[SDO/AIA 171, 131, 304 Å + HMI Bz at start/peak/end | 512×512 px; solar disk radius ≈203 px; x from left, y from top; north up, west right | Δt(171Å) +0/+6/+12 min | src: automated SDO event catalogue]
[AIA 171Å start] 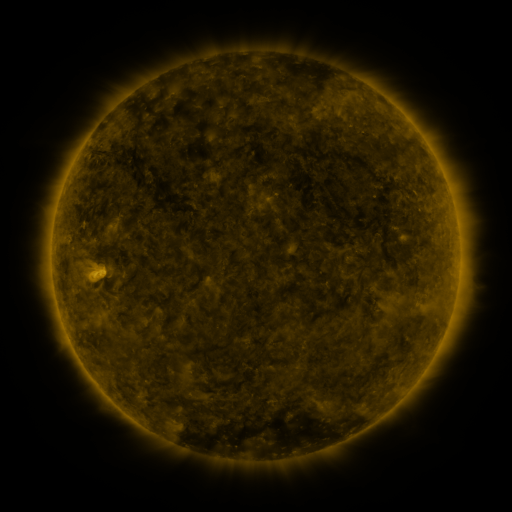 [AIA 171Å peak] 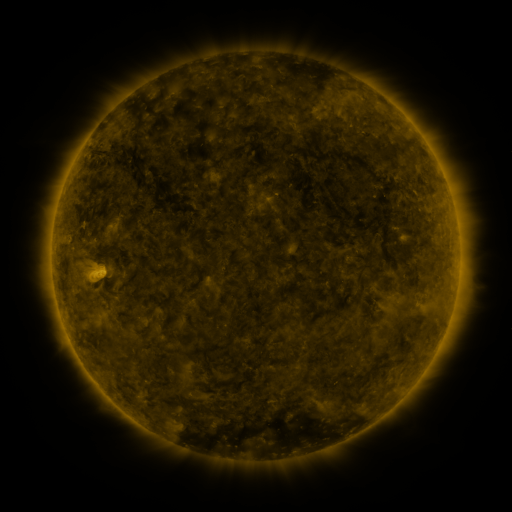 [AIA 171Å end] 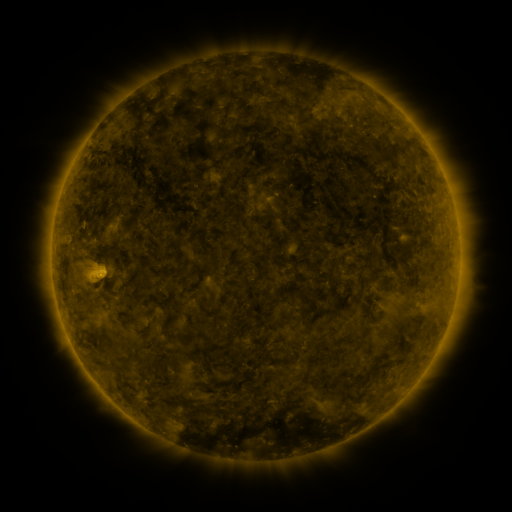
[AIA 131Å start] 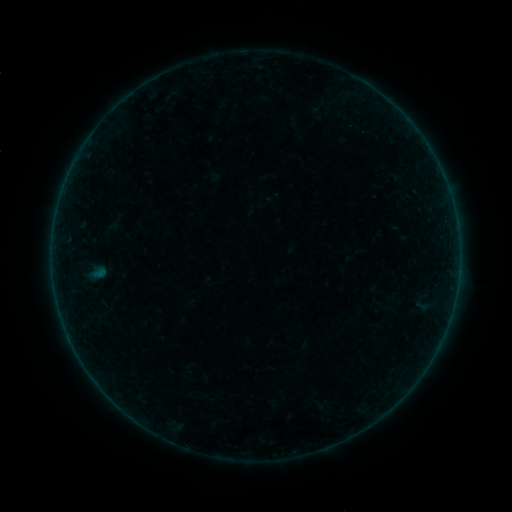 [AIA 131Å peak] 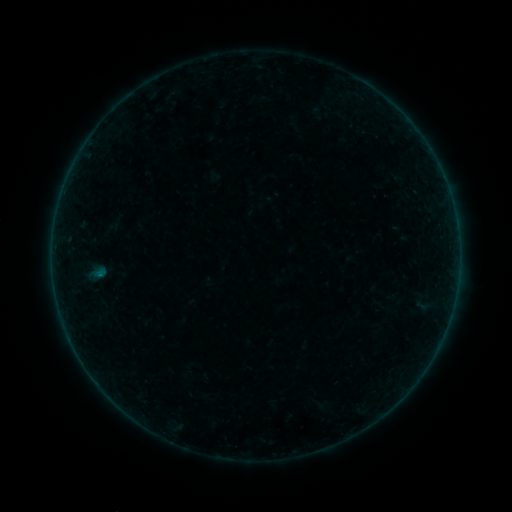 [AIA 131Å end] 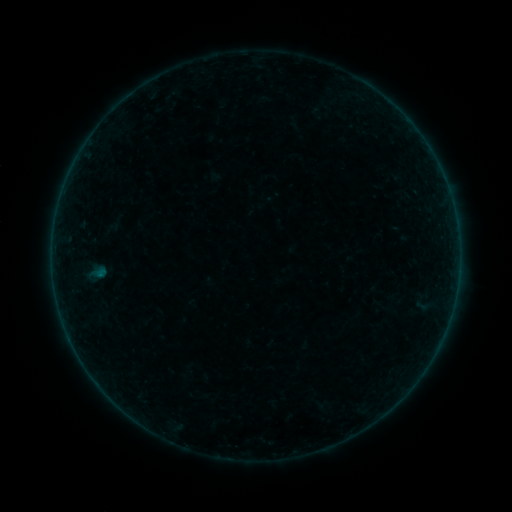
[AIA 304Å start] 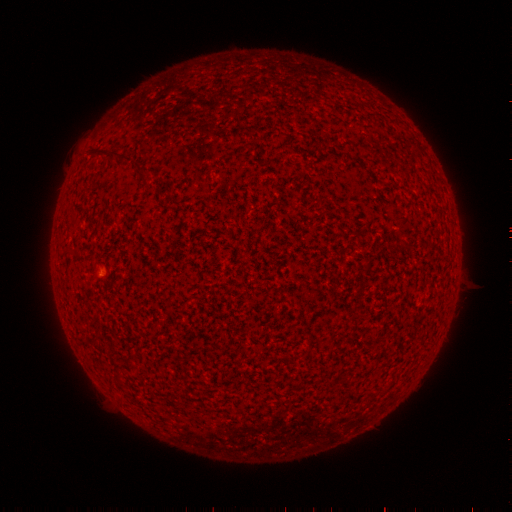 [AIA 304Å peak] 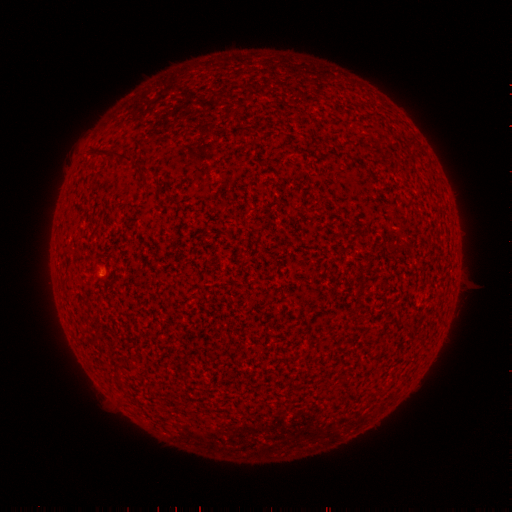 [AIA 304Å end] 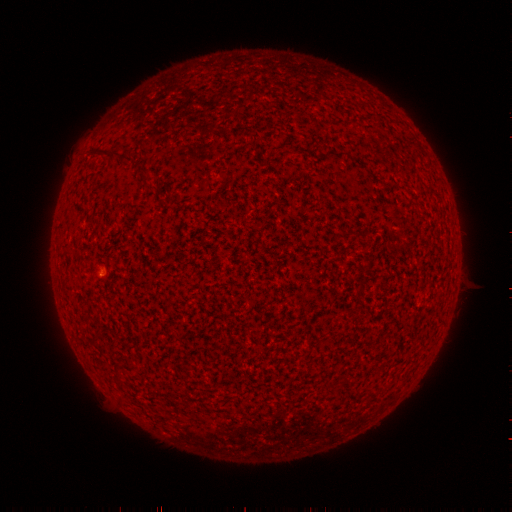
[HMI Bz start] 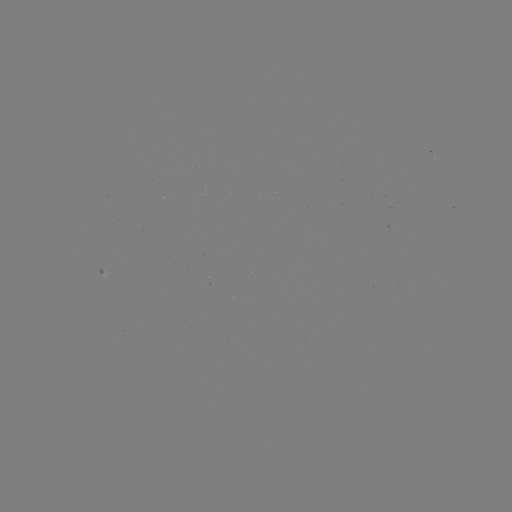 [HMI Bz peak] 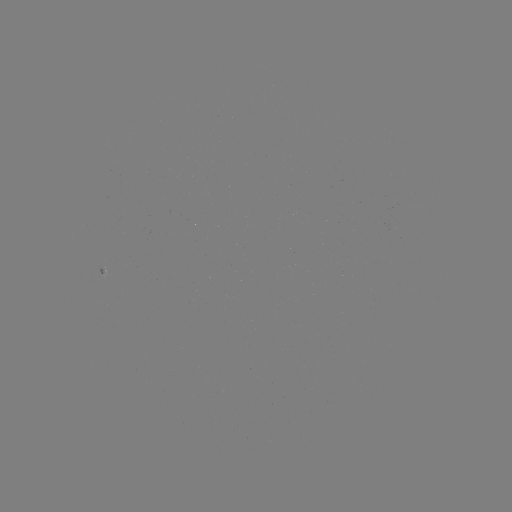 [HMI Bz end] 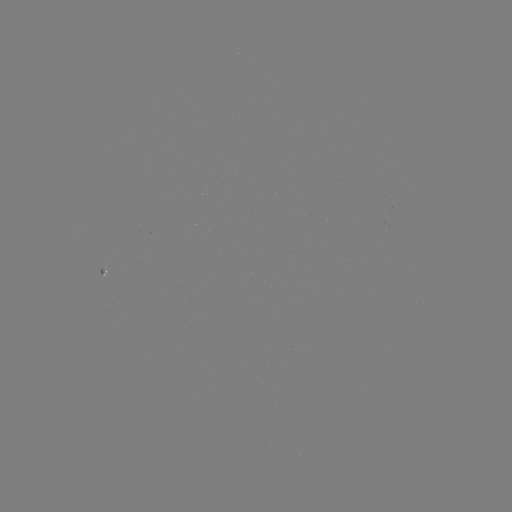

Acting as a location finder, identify A5.7 flare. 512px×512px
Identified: (101, 274).